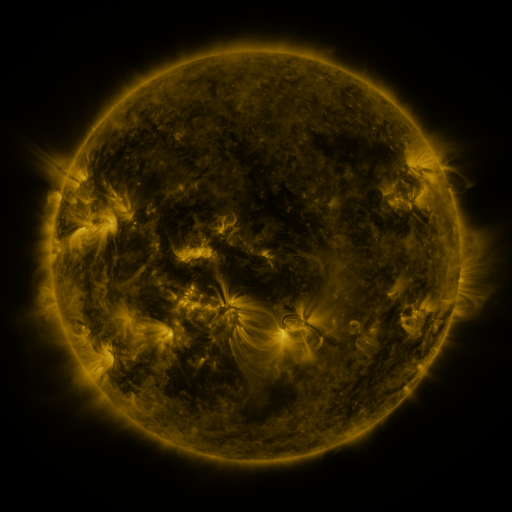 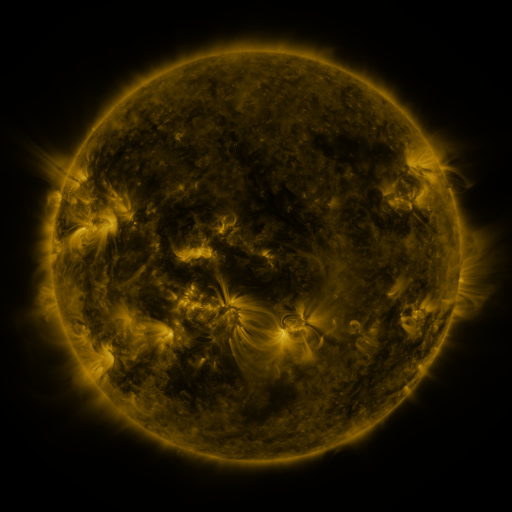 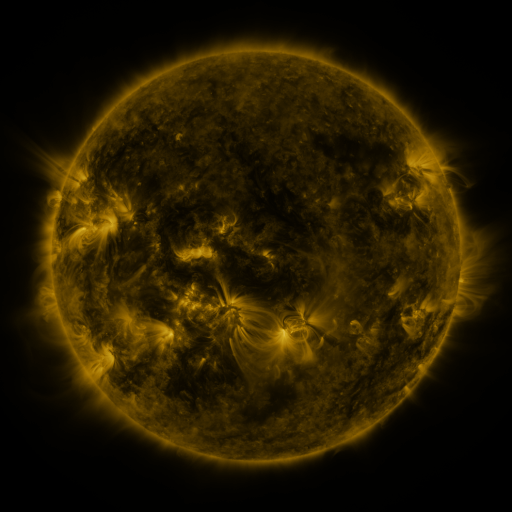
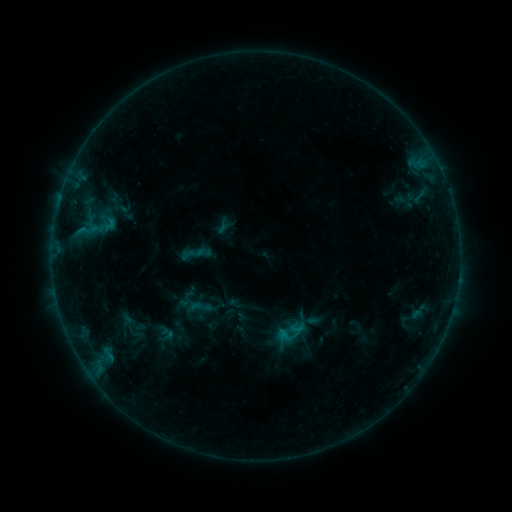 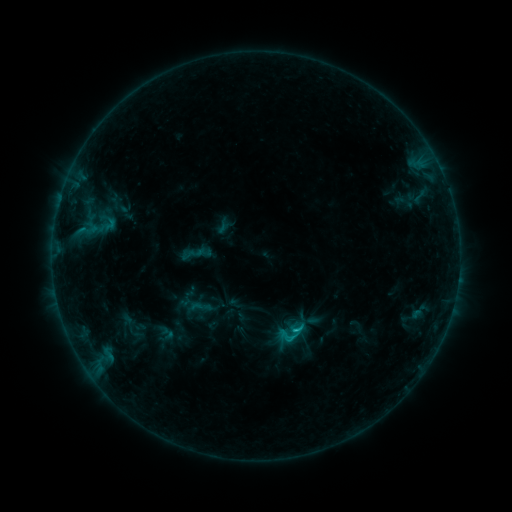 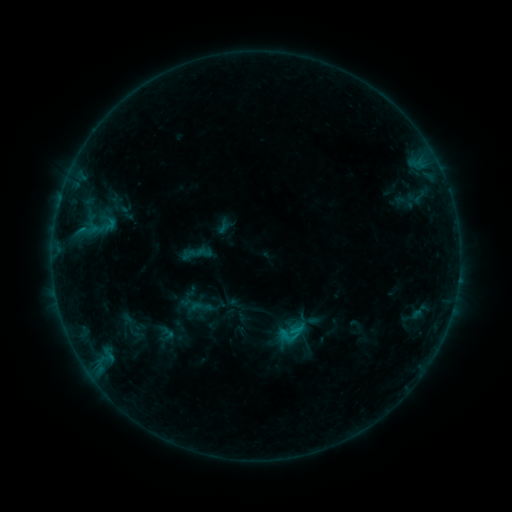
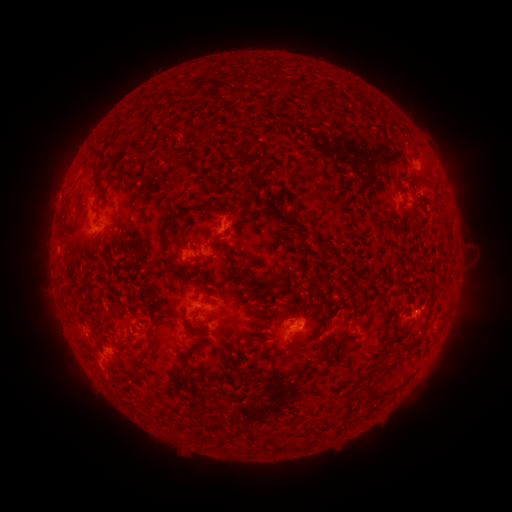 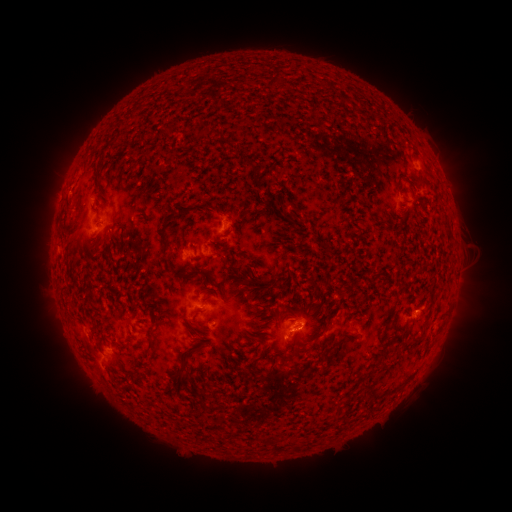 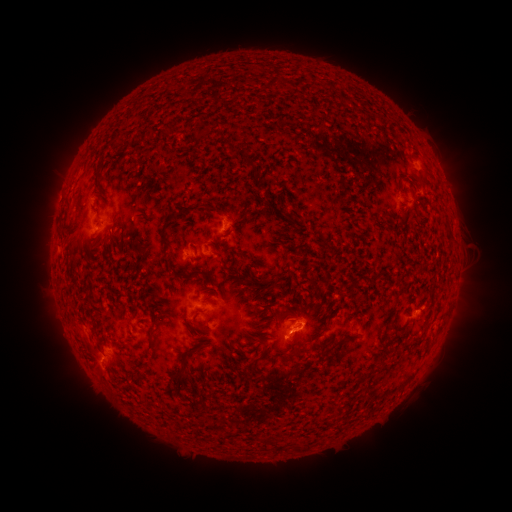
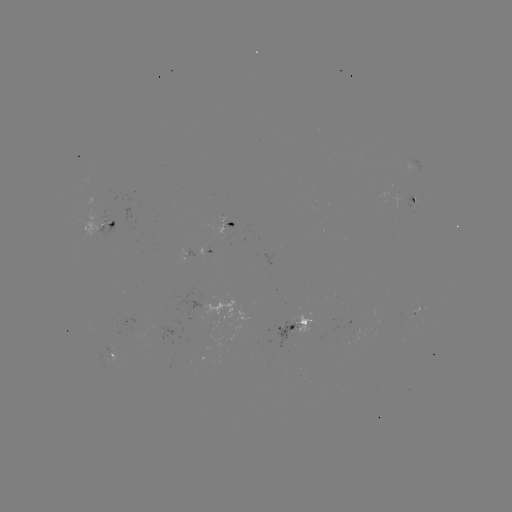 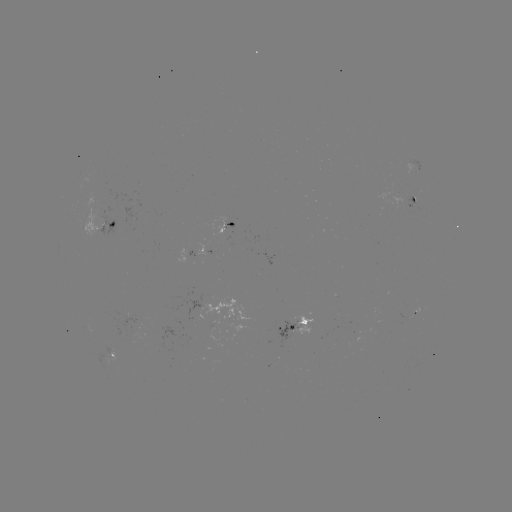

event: flare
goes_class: B9.7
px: (293, 328)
